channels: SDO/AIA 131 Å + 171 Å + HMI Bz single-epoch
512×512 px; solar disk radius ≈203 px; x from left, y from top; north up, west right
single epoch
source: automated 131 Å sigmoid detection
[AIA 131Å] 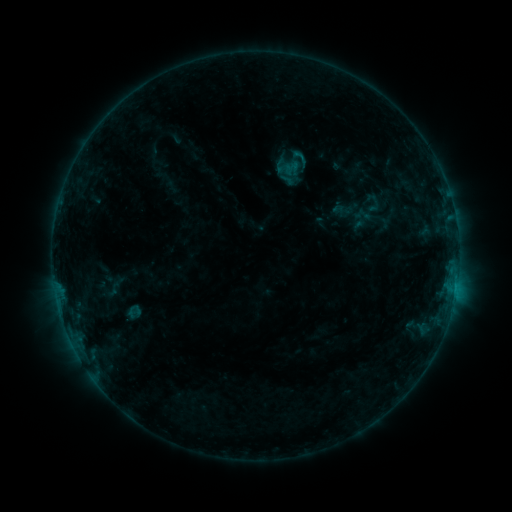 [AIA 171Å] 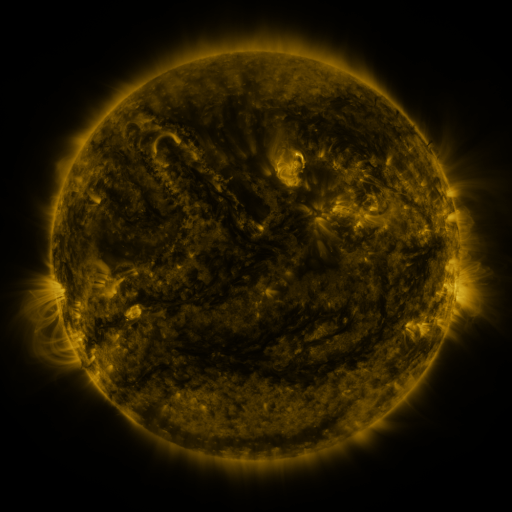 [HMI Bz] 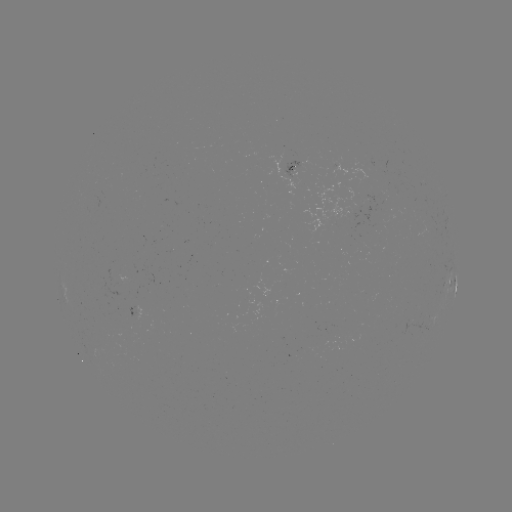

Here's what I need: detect sigmoid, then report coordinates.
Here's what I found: sigmoid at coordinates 300,157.